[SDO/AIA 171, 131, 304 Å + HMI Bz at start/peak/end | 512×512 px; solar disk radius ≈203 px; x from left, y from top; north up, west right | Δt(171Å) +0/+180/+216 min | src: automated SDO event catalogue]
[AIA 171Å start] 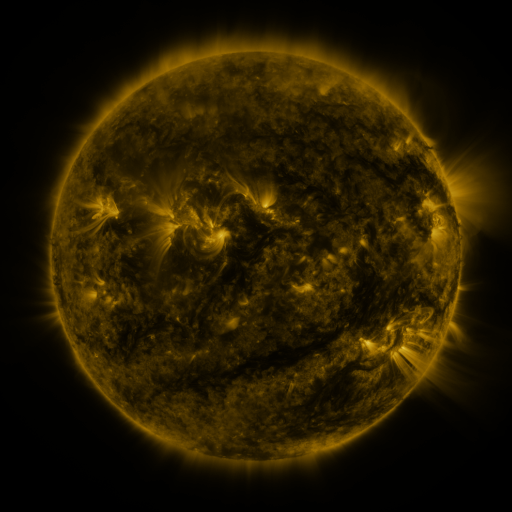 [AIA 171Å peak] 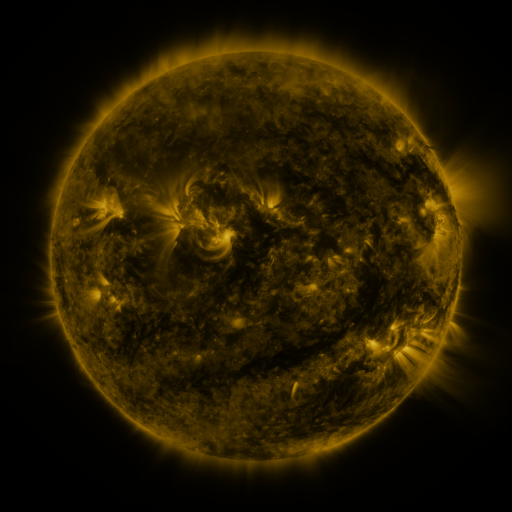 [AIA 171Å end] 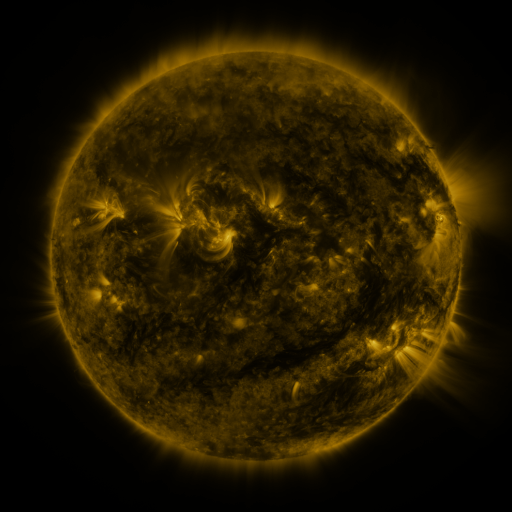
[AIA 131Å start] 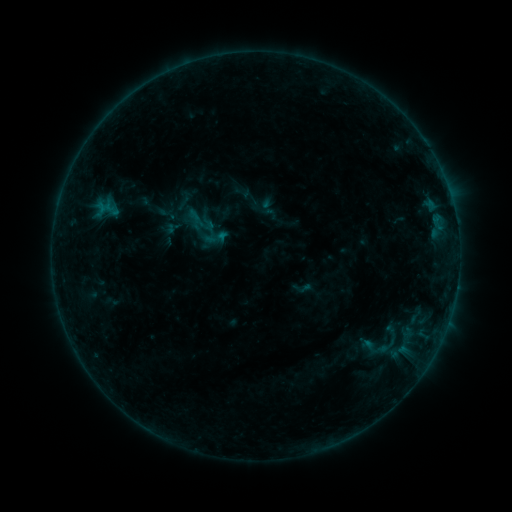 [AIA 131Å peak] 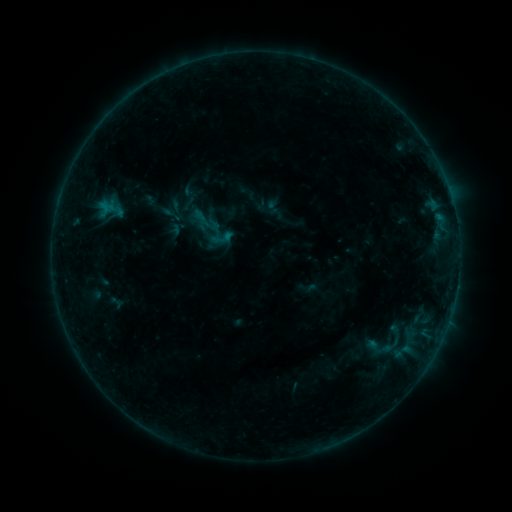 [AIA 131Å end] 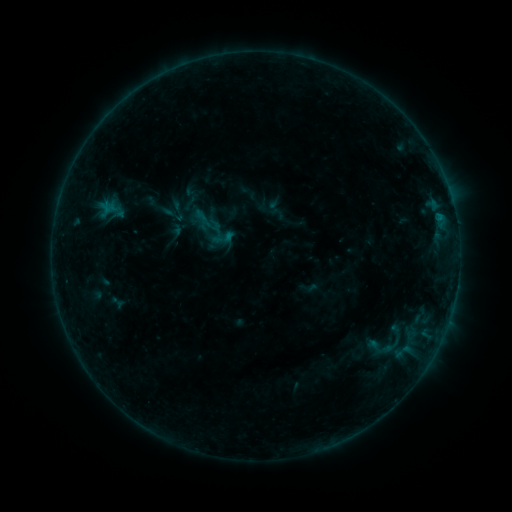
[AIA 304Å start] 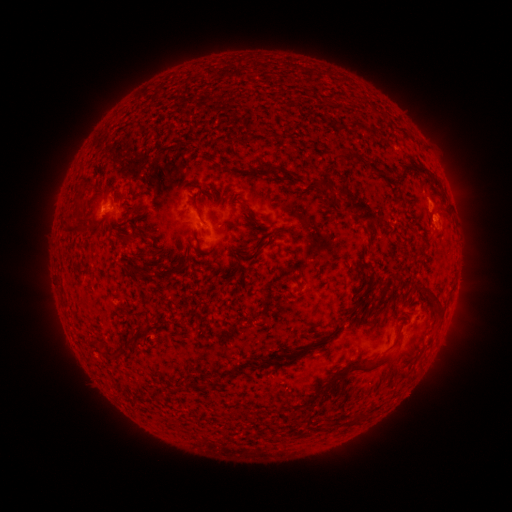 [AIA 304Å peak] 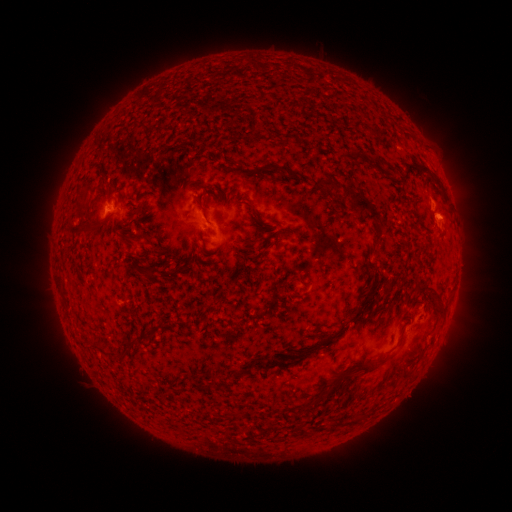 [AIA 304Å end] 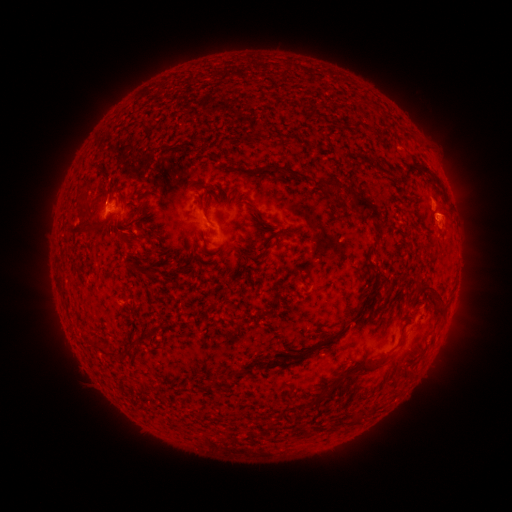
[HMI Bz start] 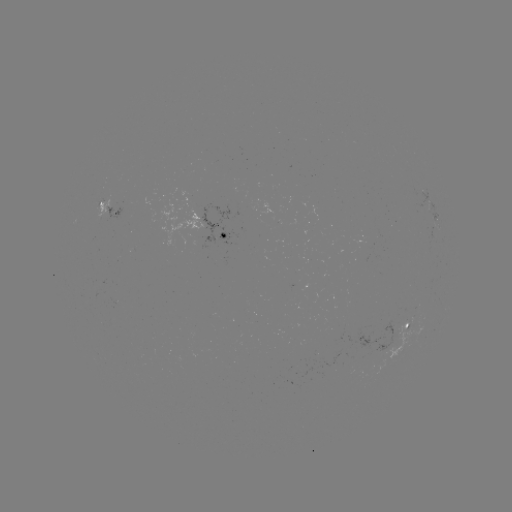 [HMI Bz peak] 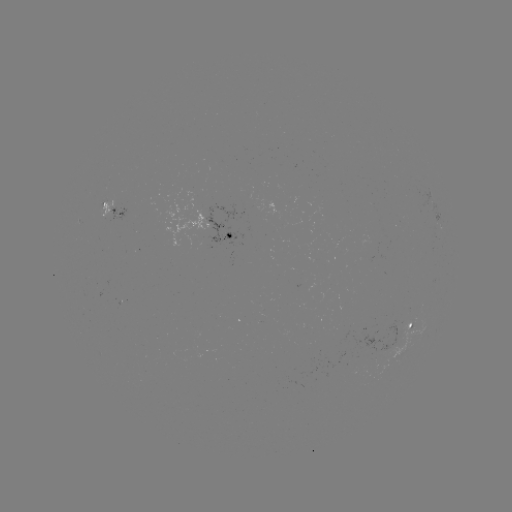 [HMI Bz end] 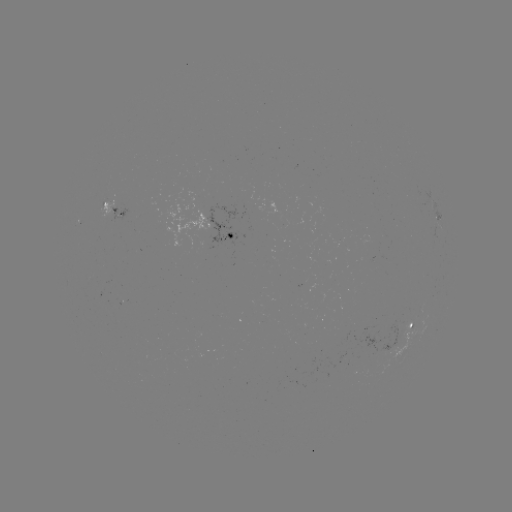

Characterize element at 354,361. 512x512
emerging-flux region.